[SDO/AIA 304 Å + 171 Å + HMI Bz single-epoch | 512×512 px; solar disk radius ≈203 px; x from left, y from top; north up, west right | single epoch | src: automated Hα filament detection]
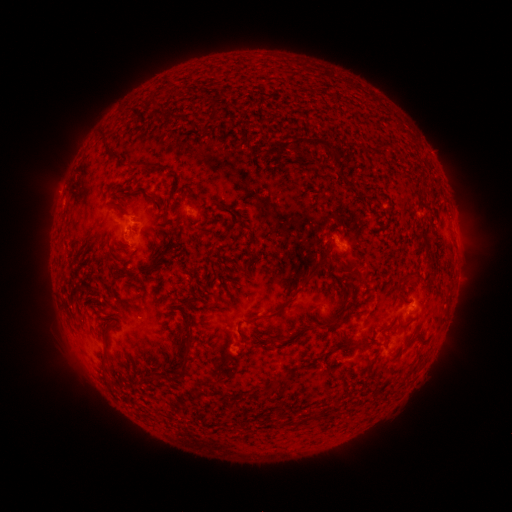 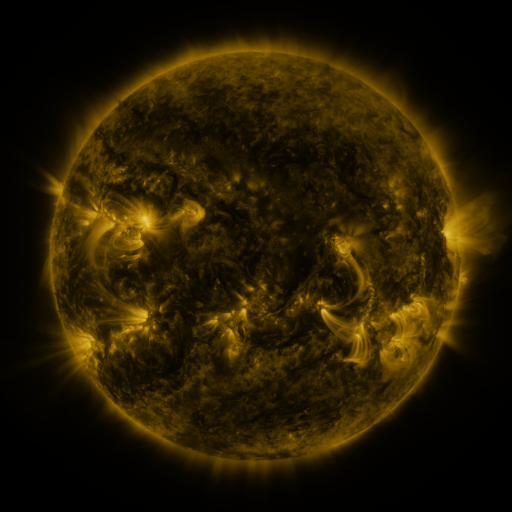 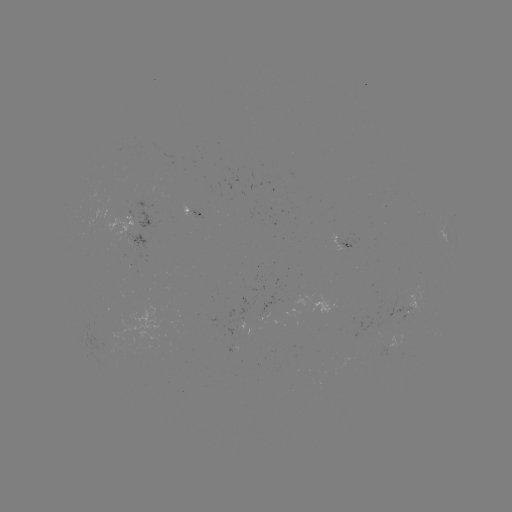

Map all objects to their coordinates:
filament: (149, 95, 158, 106)
filament: (292, 135, 333, 153)
filament: (113, 152, 124, 162)
filament: (137, 185, 149, 195)
filament: (416, 228, 432, 254)
filament: (152, 255, 162, 266)
filament: (304, 260, 326, 282)
filament: (330, 263, 344, 275)
filament: (266, 299, 290, 320)
filament: (247, 315, 262, 323)
filament: (176, 332, 194, 378)
filament: (237, 332, 248, 343)
filament: (273, 335, 282, 343)
filament: (98, 350, 109, 363)
